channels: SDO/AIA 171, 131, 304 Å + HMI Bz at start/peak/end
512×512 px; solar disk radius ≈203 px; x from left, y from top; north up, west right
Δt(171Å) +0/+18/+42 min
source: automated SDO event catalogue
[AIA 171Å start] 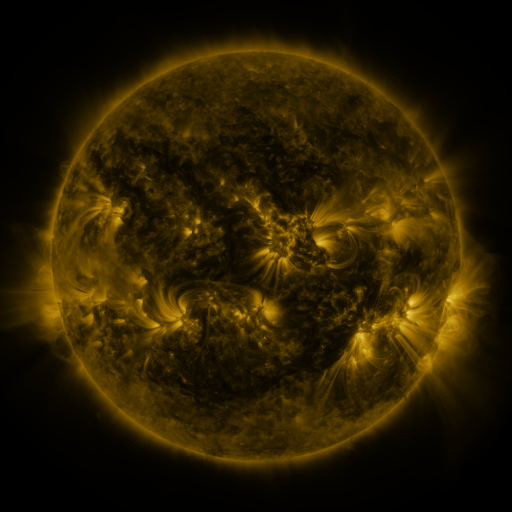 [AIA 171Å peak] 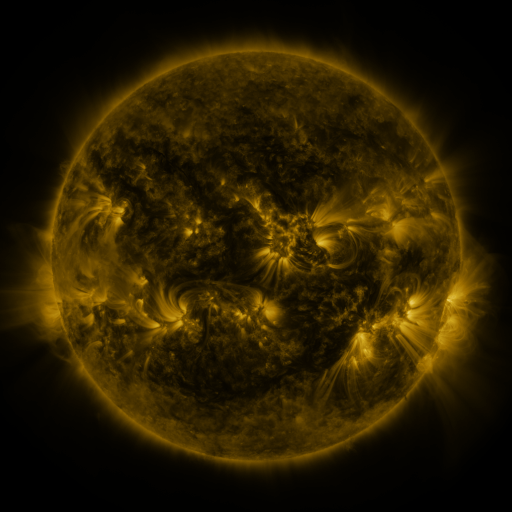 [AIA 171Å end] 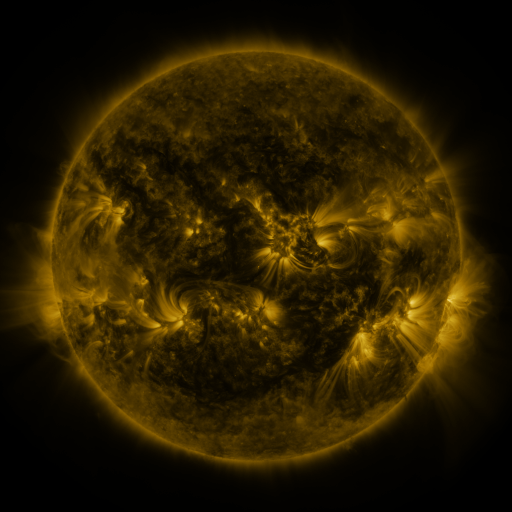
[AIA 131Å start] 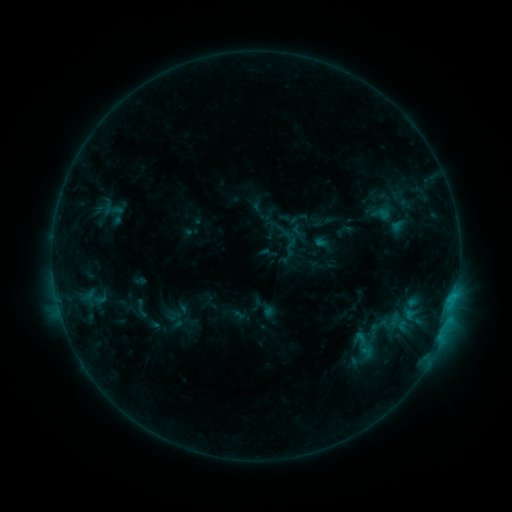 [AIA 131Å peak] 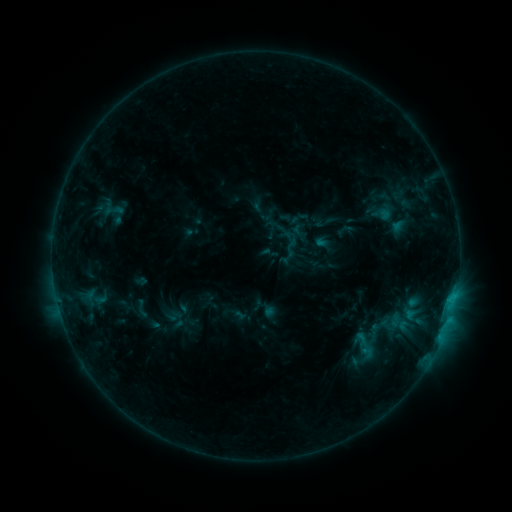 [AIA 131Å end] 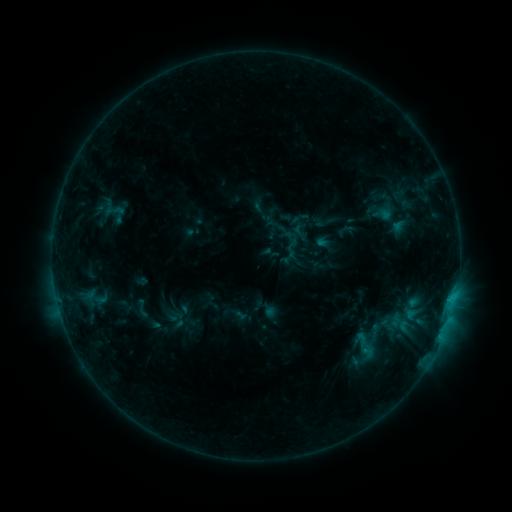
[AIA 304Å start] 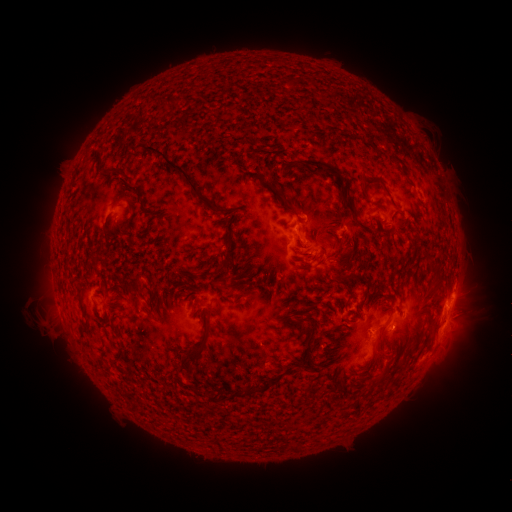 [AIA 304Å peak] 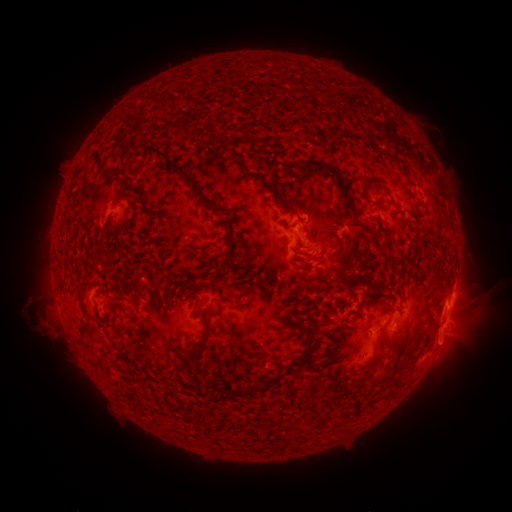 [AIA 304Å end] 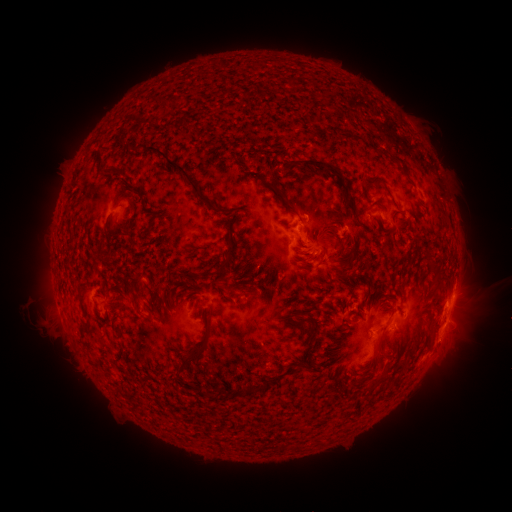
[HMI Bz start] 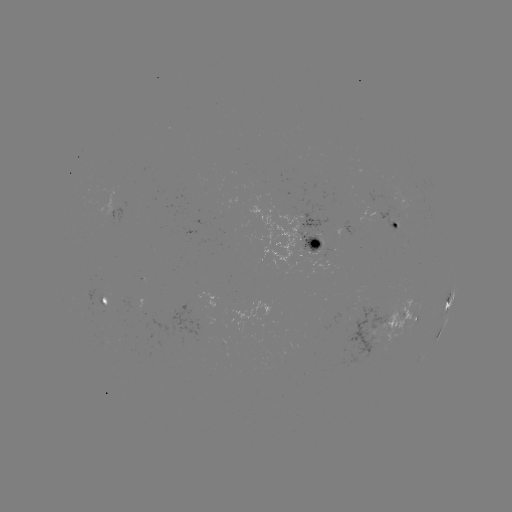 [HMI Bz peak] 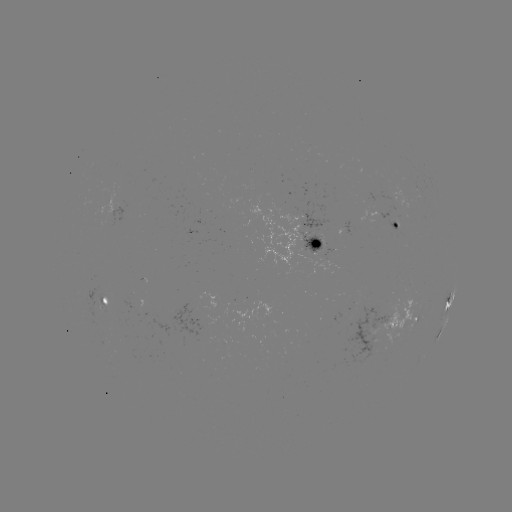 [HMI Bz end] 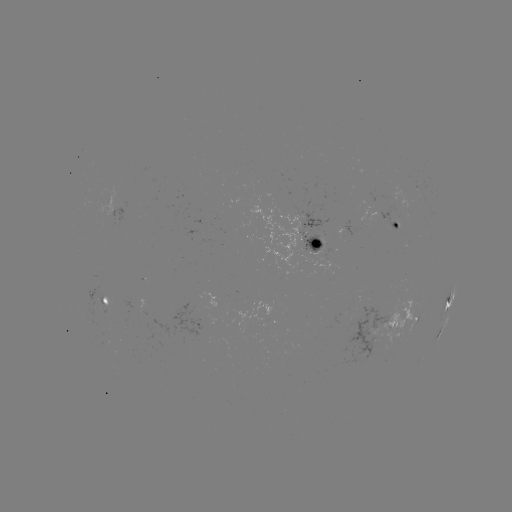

no catalogued flare and no flagged EUV brightening in this window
